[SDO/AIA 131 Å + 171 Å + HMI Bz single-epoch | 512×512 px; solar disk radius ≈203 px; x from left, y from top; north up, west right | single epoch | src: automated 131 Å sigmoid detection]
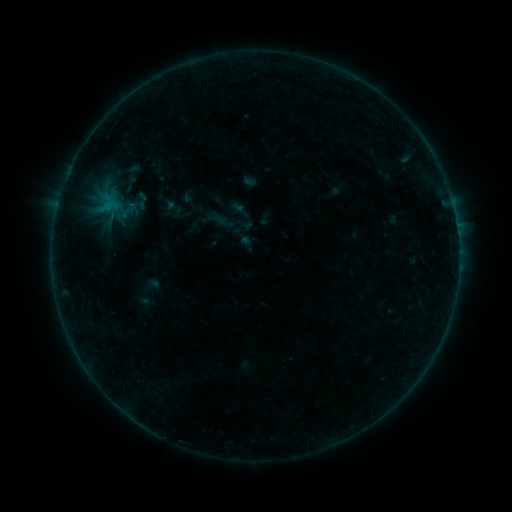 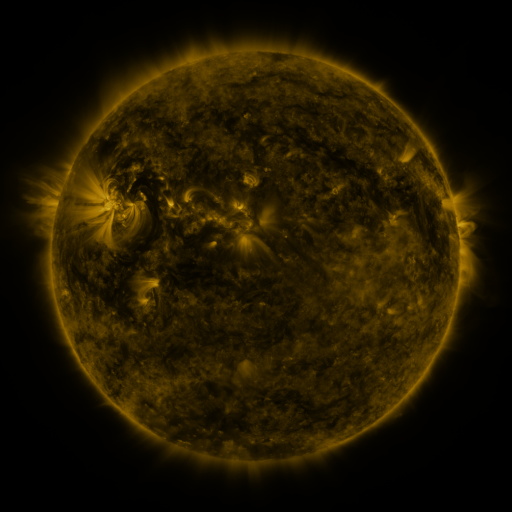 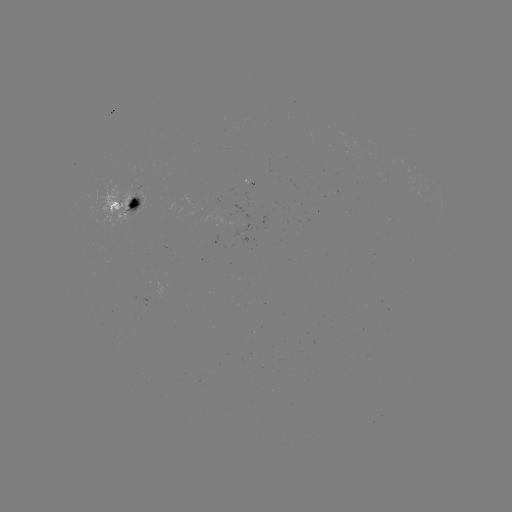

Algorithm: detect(sigmoid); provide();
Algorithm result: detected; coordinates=128,210